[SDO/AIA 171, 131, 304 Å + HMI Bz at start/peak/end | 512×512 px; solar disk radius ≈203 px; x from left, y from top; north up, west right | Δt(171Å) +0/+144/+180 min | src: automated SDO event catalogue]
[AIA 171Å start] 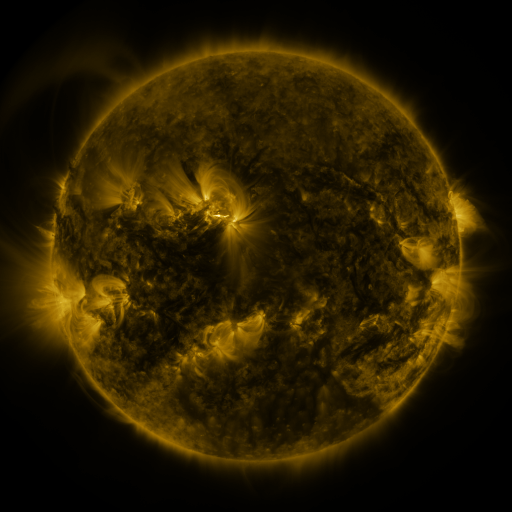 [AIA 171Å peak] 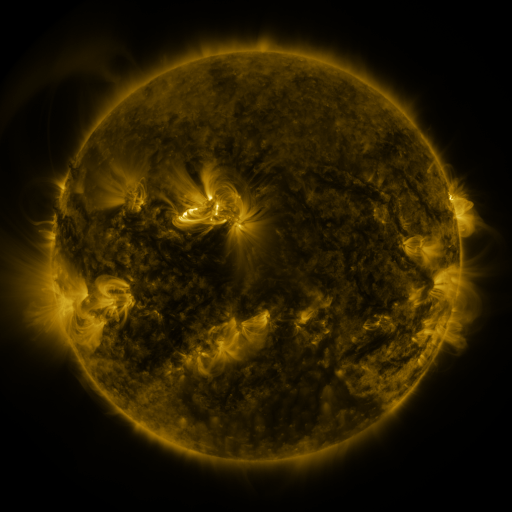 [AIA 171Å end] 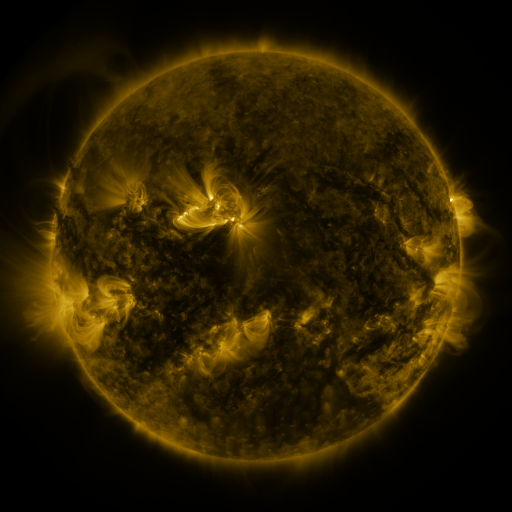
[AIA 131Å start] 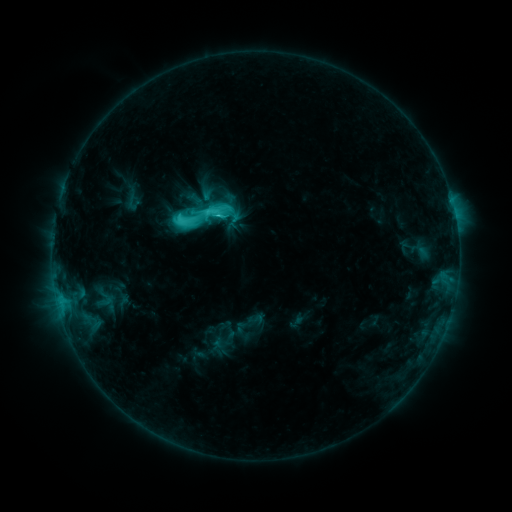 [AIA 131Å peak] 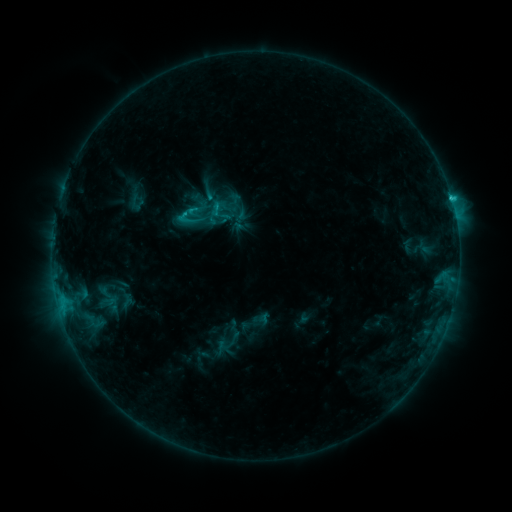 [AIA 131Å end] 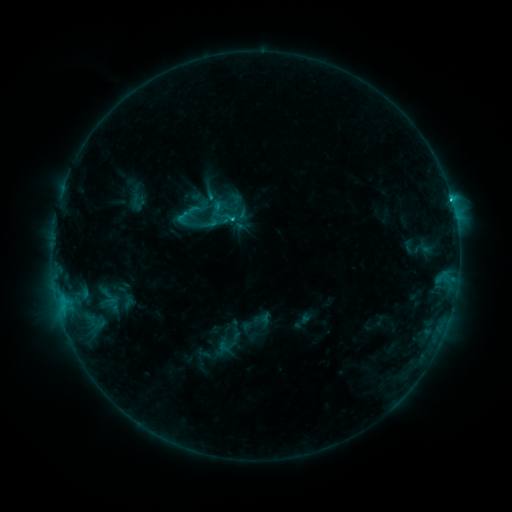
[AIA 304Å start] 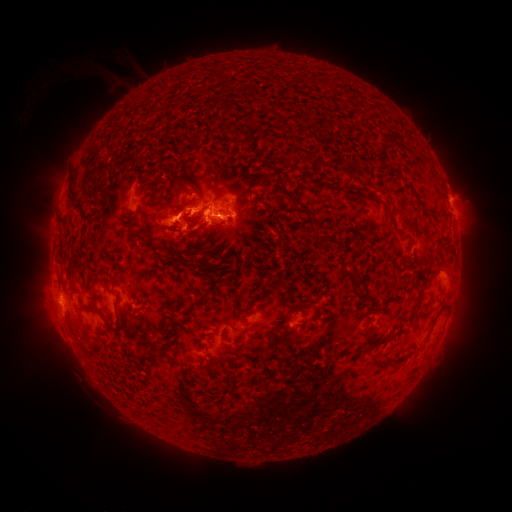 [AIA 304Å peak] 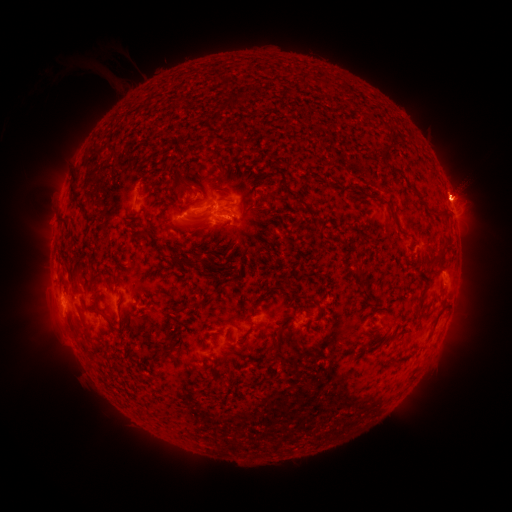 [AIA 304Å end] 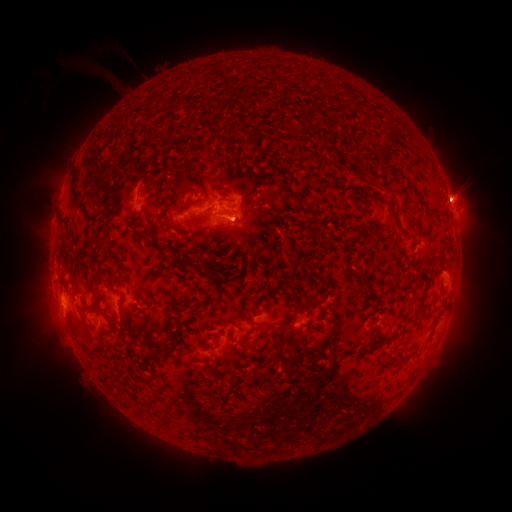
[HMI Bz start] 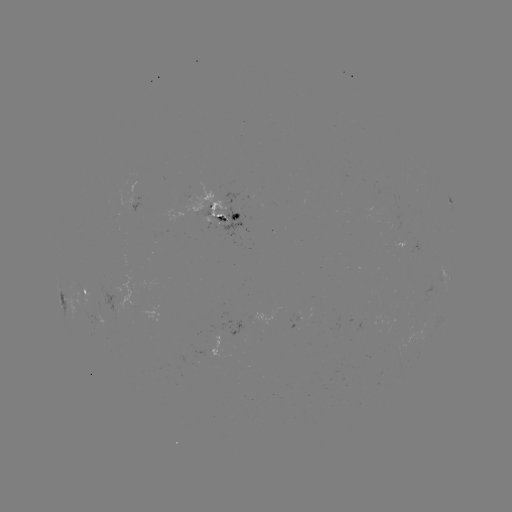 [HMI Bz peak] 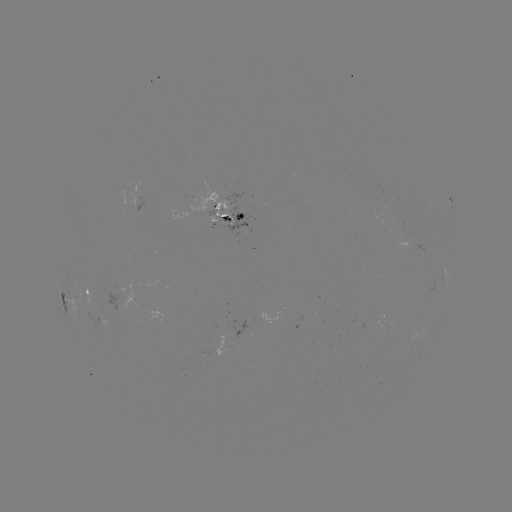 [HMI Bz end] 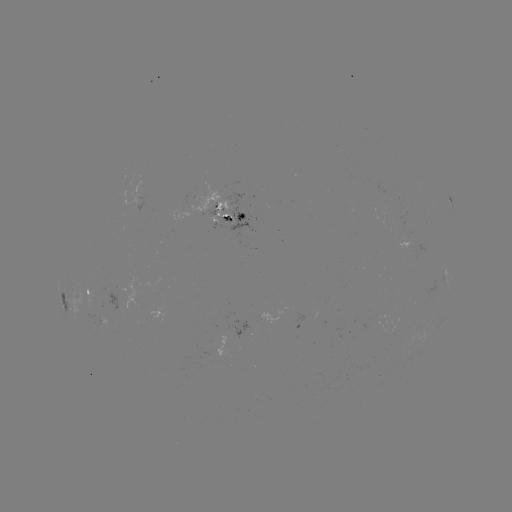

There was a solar emerging-flux region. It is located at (180, 220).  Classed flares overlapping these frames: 1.